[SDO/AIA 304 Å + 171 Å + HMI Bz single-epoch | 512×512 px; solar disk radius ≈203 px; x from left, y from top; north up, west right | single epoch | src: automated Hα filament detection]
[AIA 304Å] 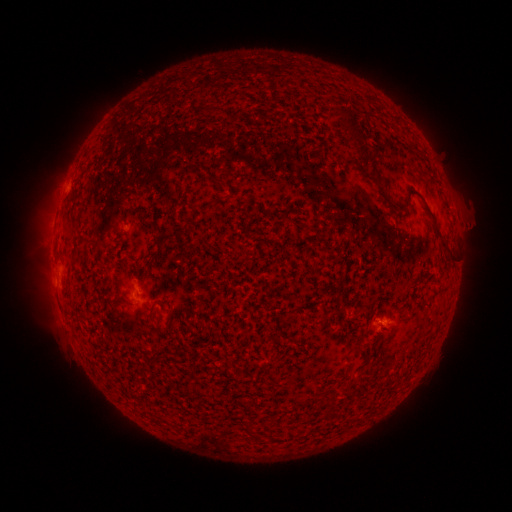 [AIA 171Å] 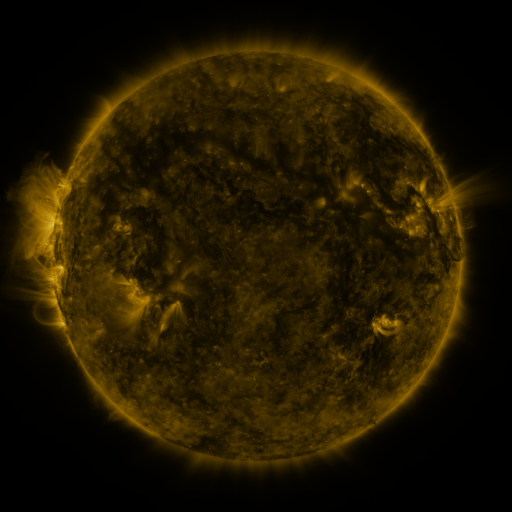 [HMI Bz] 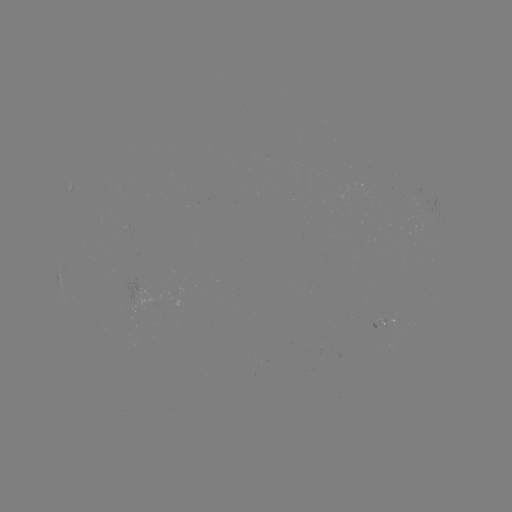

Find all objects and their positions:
filament: [362, 95, 373, 113]
filament: [336, 105, 358, 144]
filament: [197, 106, 207, 116]
filament: [212, 175, 228, 188]
filament: [403, 192, 411, 206]
filament: [435, 225, 454, 261]
filament: [245, 418, 257, 435]
